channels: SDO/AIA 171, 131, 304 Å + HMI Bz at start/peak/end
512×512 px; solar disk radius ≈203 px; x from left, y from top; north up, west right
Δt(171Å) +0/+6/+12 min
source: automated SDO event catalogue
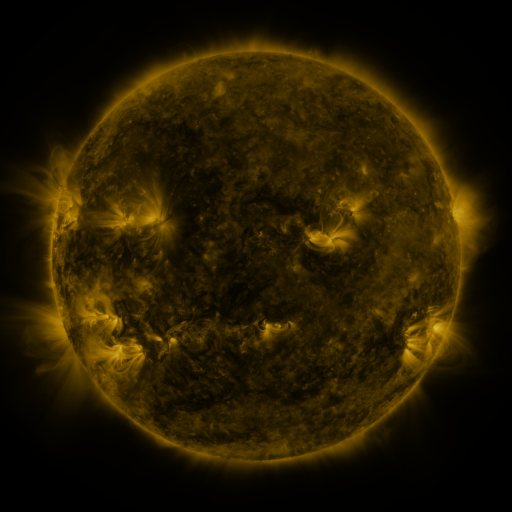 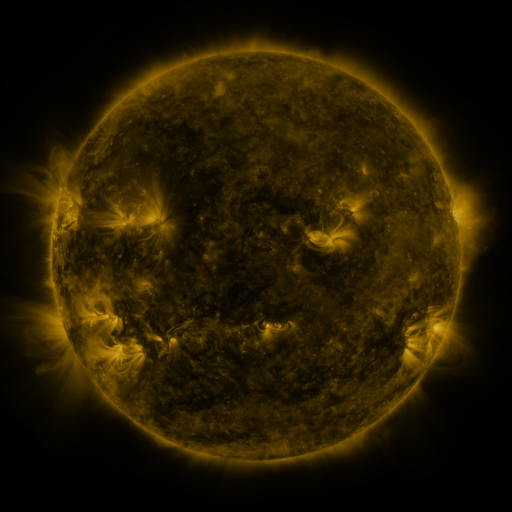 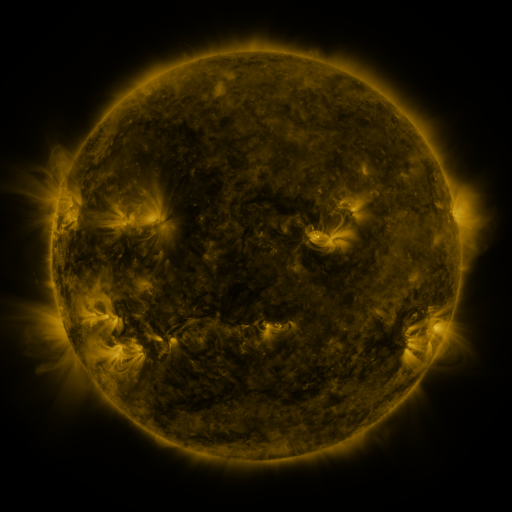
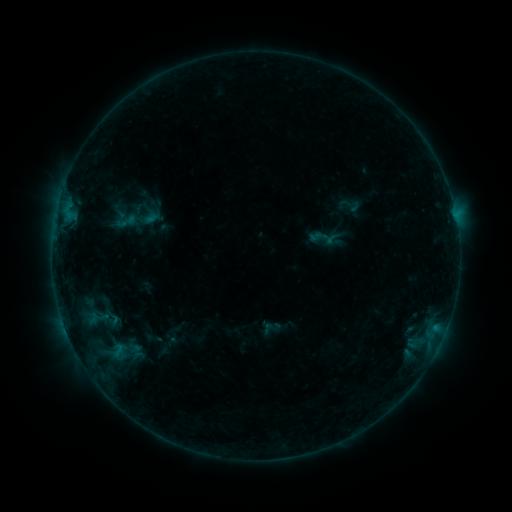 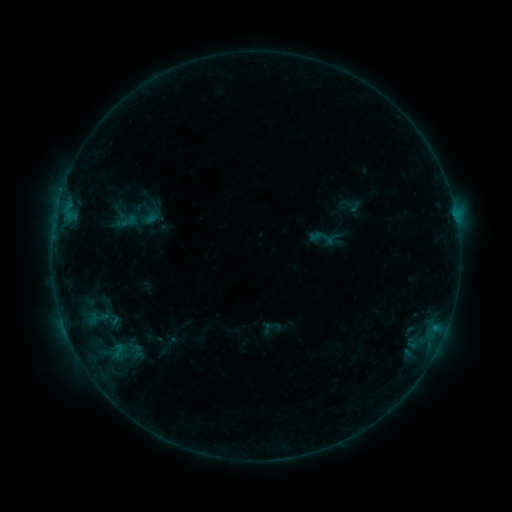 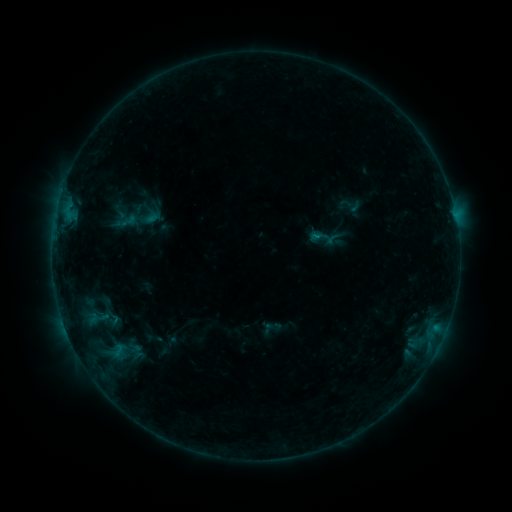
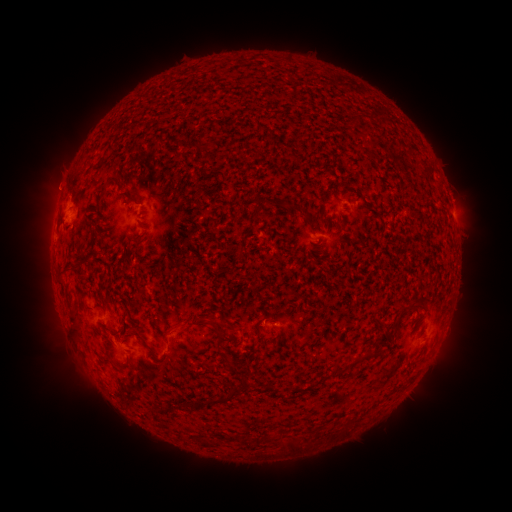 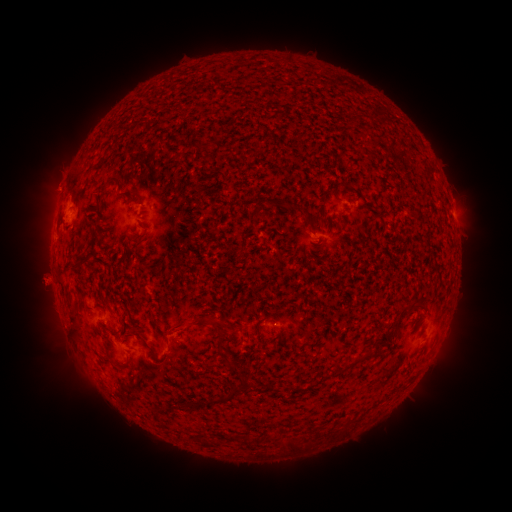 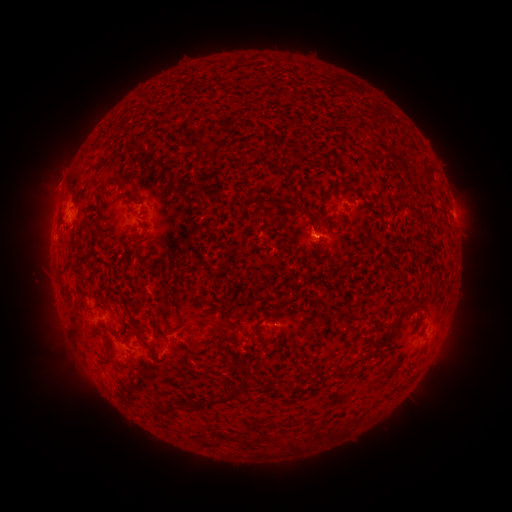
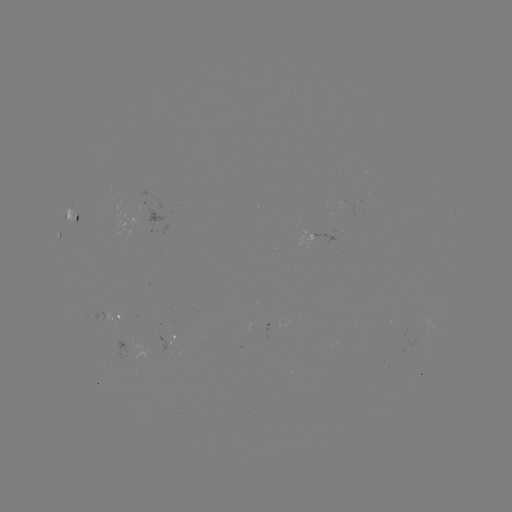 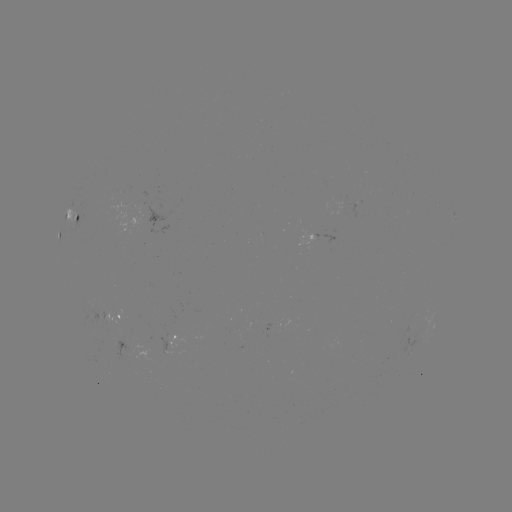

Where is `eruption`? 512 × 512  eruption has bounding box [8, 251, 70, 312].